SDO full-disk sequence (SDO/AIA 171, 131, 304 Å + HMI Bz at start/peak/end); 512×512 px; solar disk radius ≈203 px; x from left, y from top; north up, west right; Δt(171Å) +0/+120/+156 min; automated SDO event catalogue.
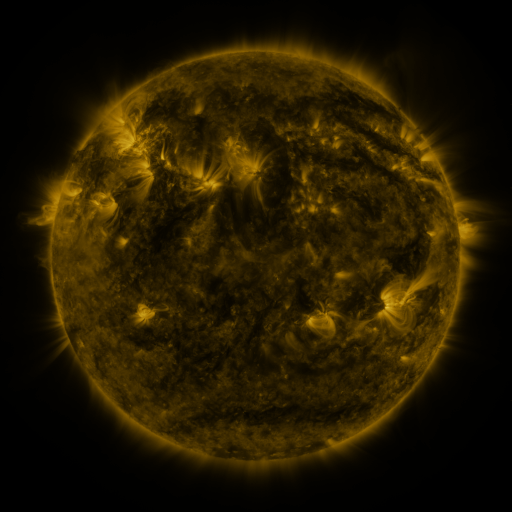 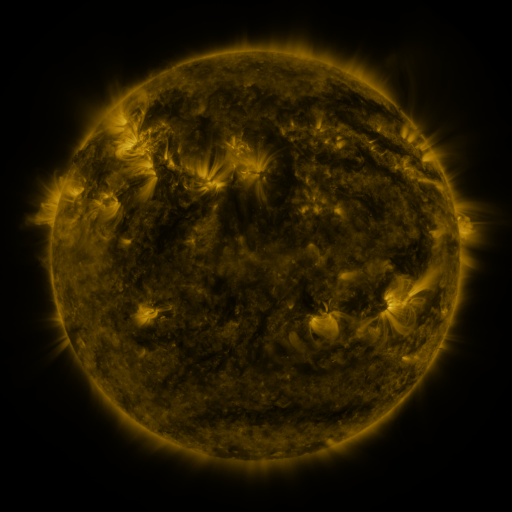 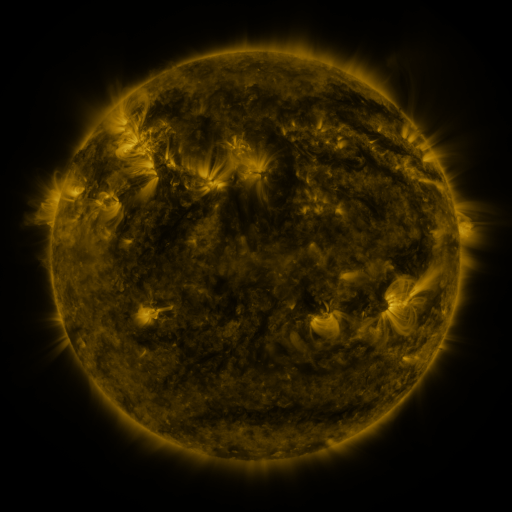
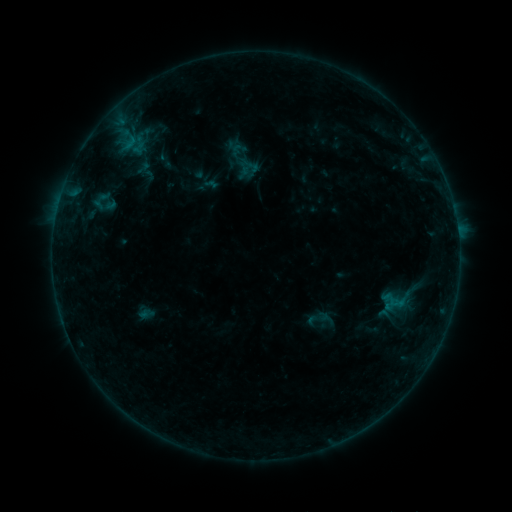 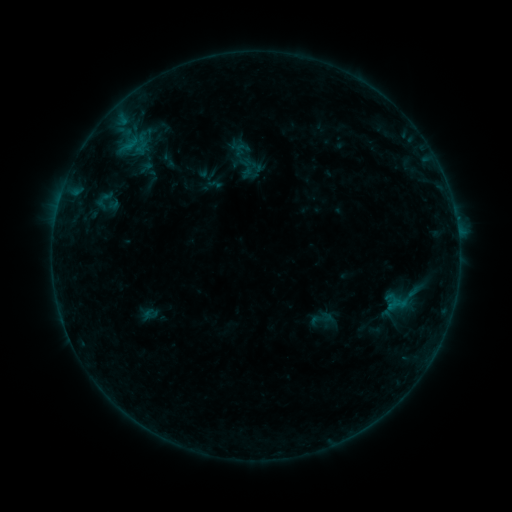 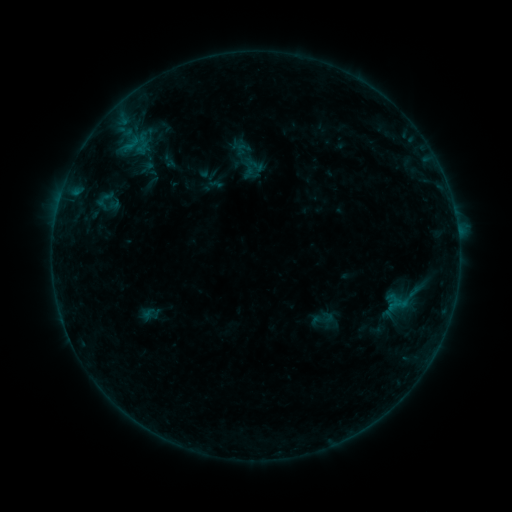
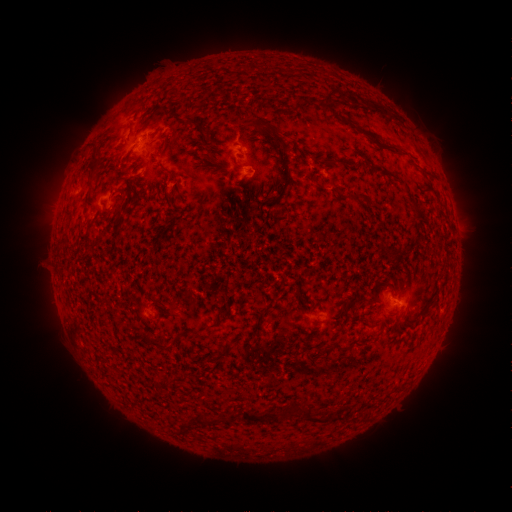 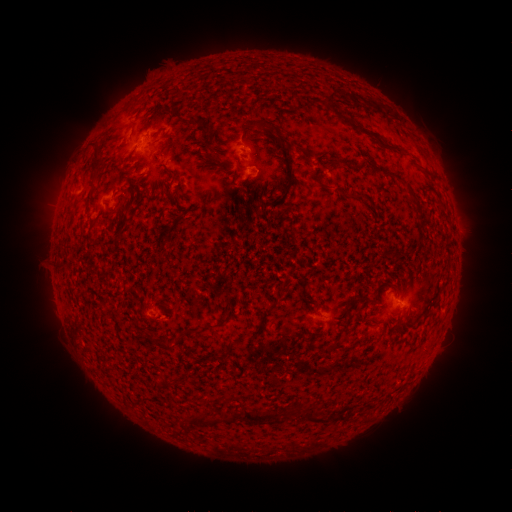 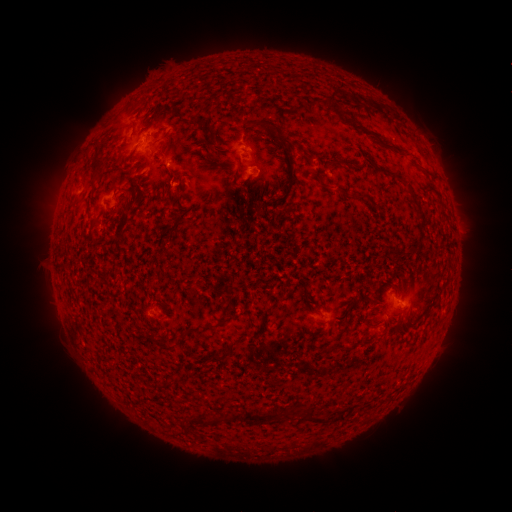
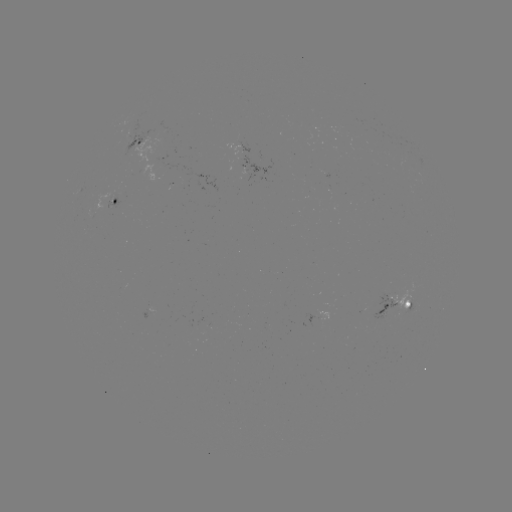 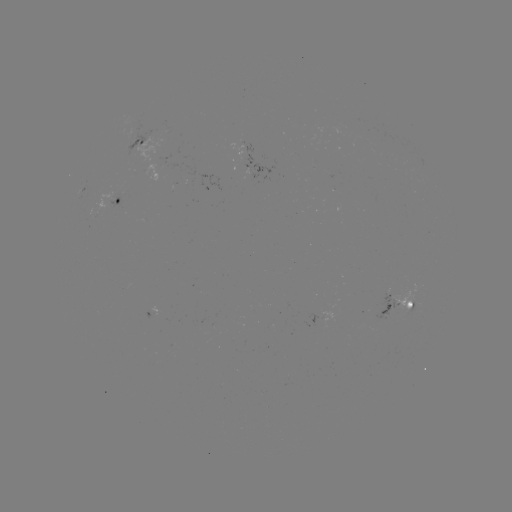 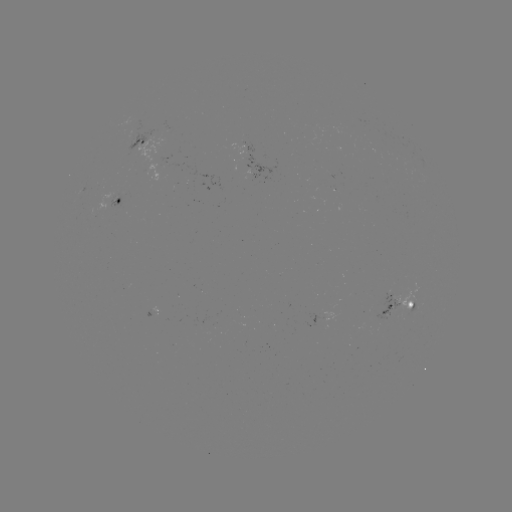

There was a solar emerging-flux region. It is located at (130, 137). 